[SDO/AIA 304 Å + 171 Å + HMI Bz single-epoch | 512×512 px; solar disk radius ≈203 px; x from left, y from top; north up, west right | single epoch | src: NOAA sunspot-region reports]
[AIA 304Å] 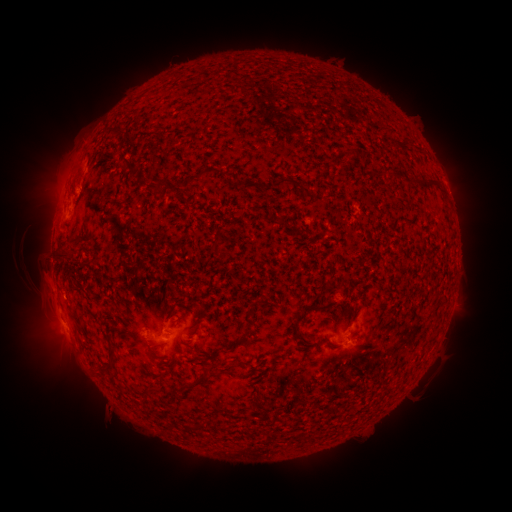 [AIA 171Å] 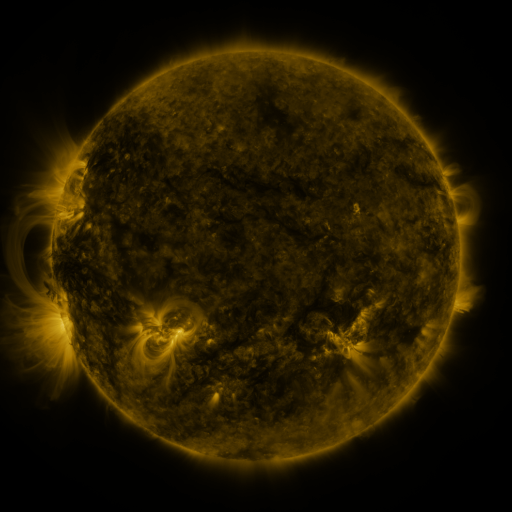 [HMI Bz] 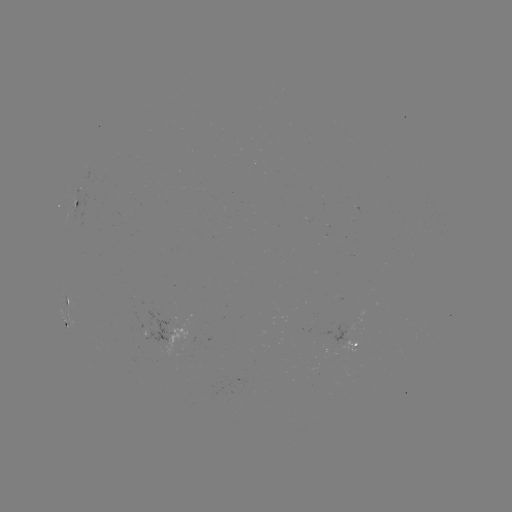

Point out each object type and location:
spotted active region: (92, 171)
spotted active region: (76, 203)
spotted active region: (67, 303)
spotted active region: (170, 331)
spotted active region: (348, 343)
